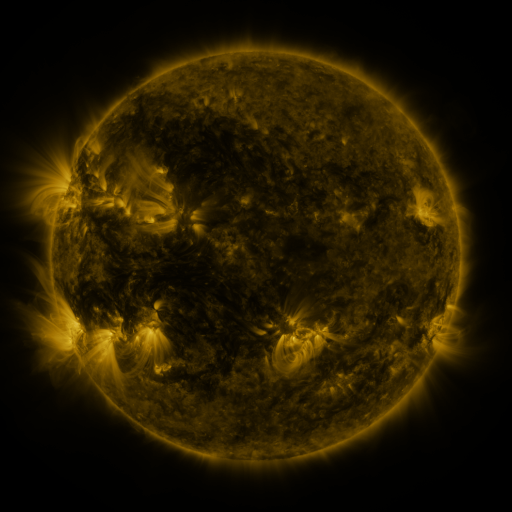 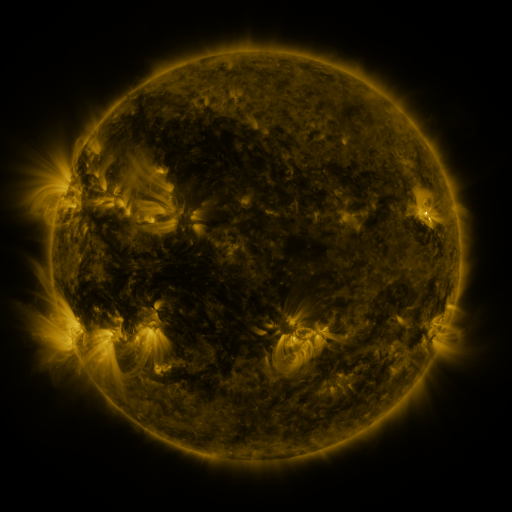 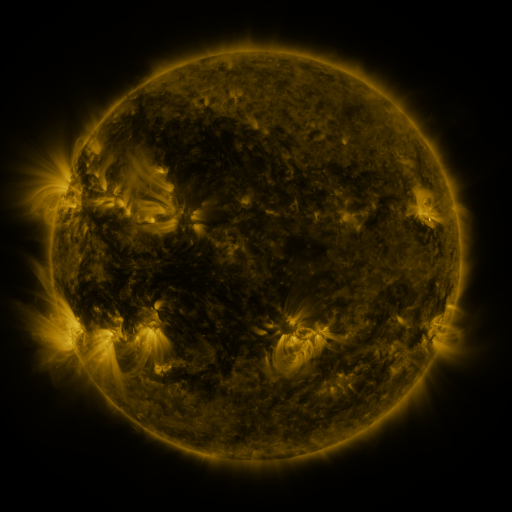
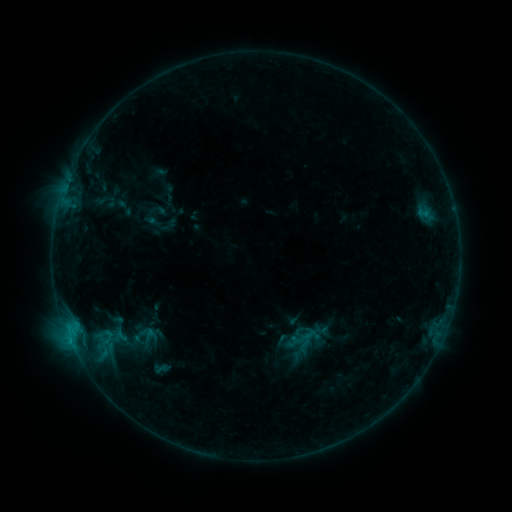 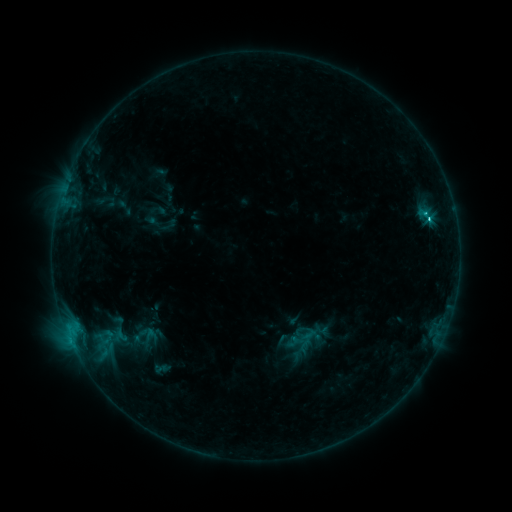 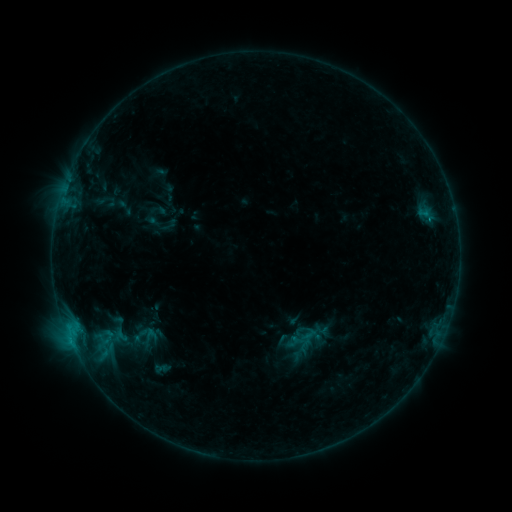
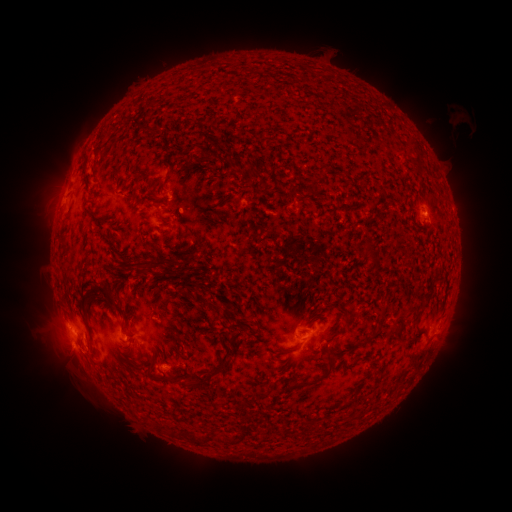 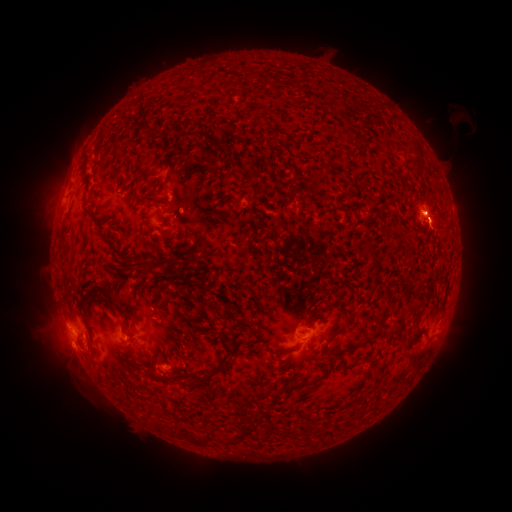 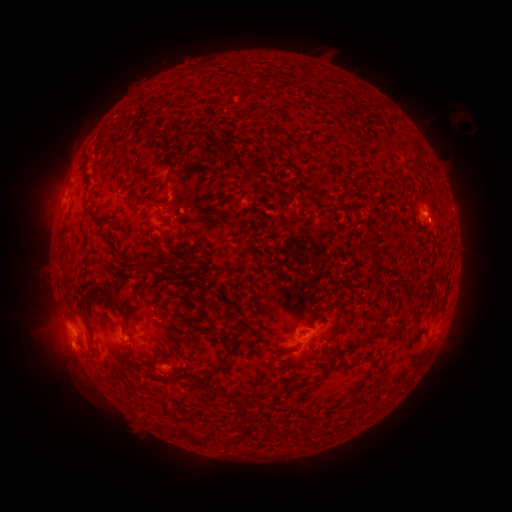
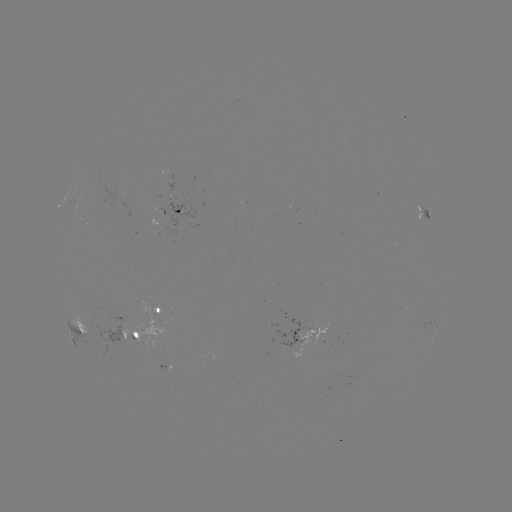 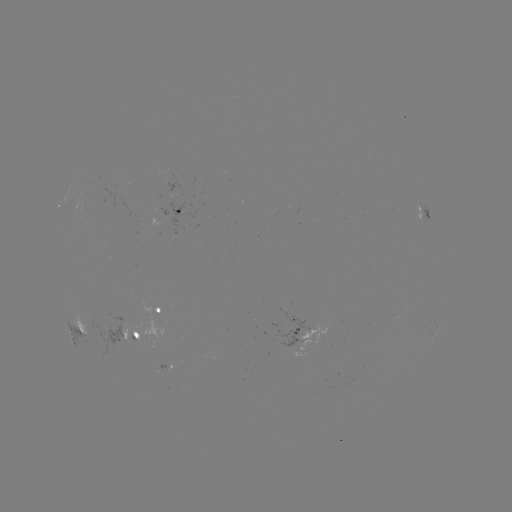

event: flare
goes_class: C1.7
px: (430, 222)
